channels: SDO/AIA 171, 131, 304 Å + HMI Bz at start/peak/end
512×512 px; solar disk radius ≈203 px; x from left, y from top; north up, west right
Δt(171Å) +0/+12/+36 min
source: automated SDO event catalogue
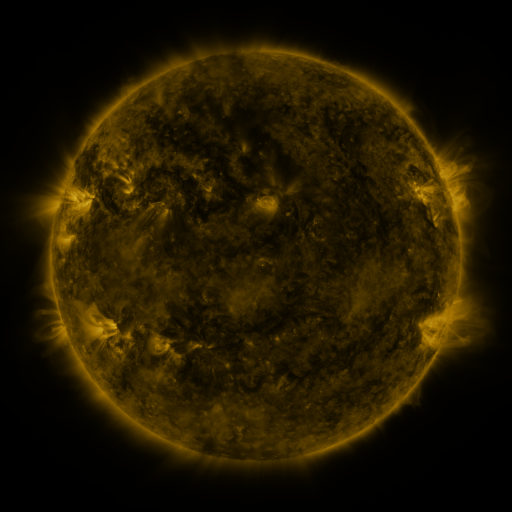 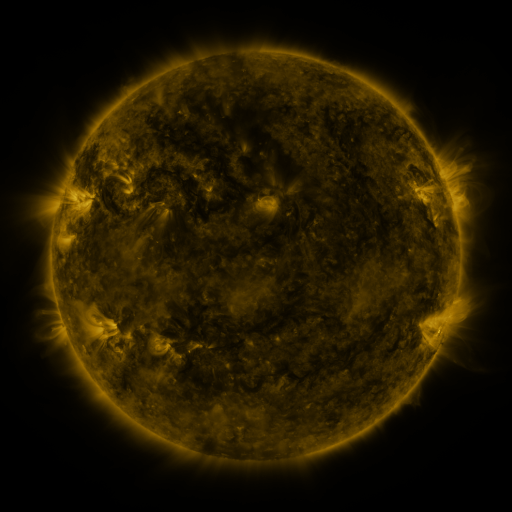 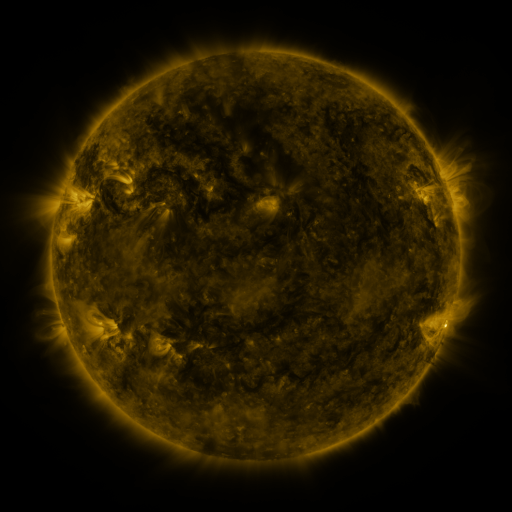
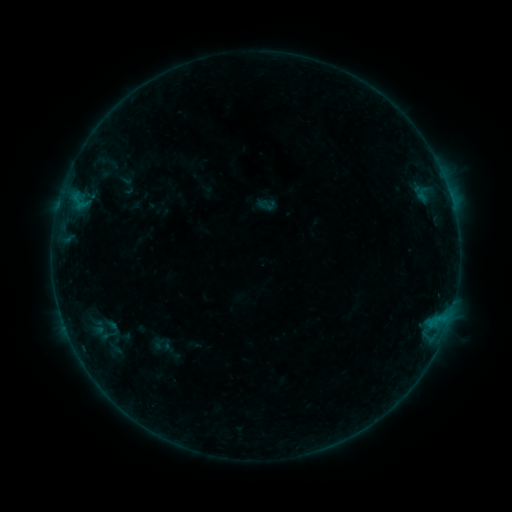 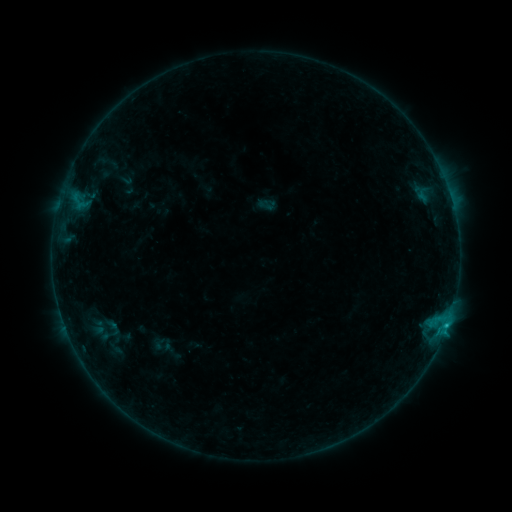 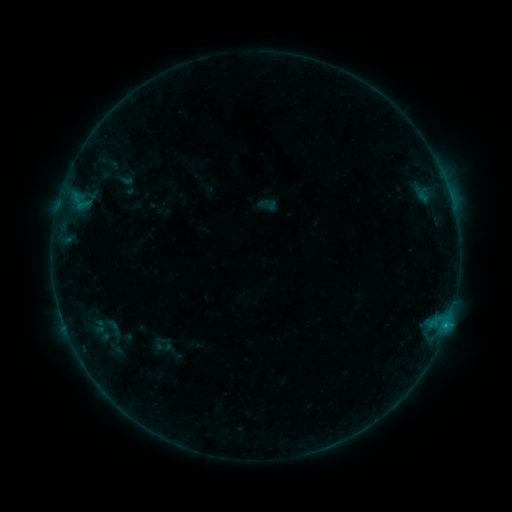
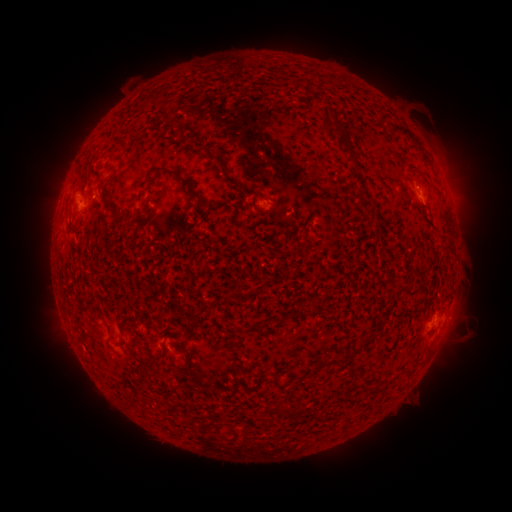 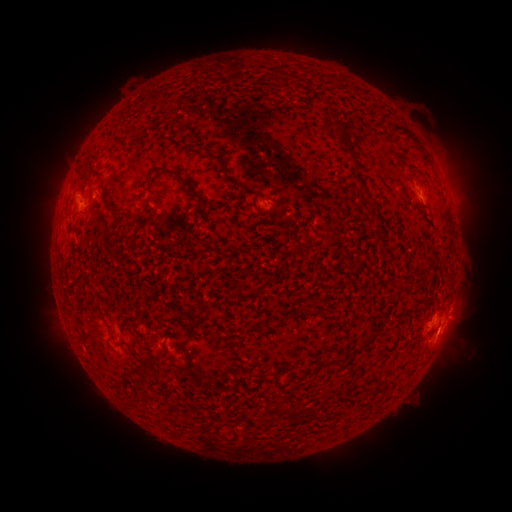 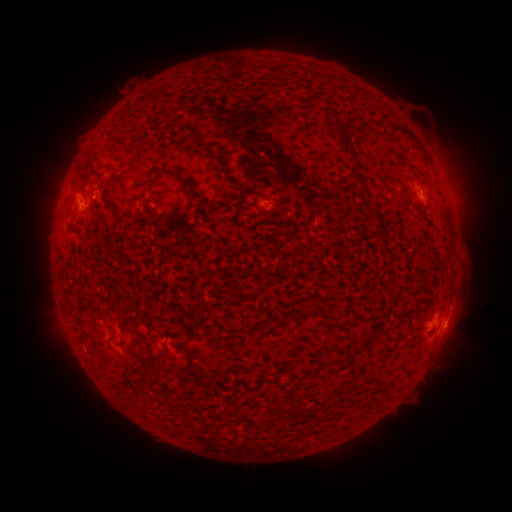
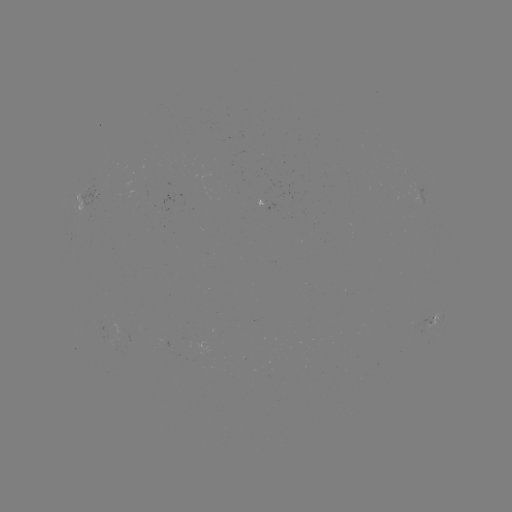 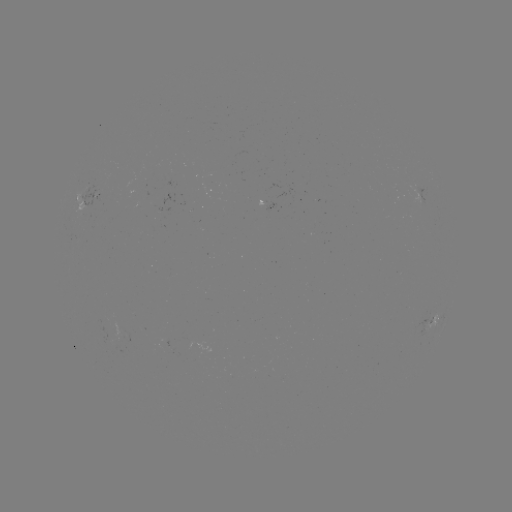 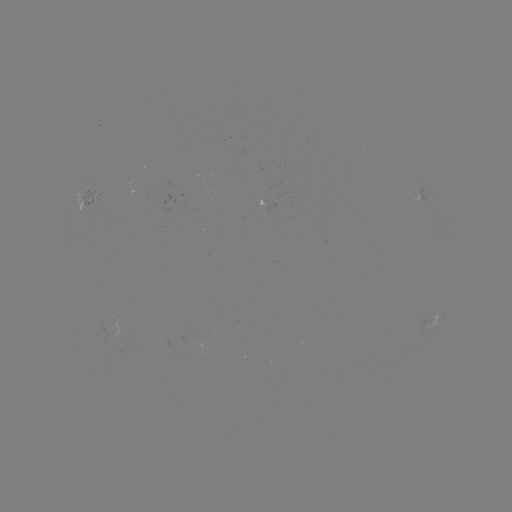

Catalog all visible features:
B7.3 flare: (445, 323)
